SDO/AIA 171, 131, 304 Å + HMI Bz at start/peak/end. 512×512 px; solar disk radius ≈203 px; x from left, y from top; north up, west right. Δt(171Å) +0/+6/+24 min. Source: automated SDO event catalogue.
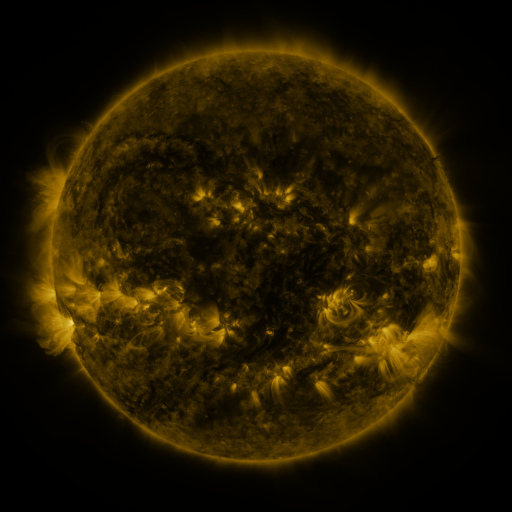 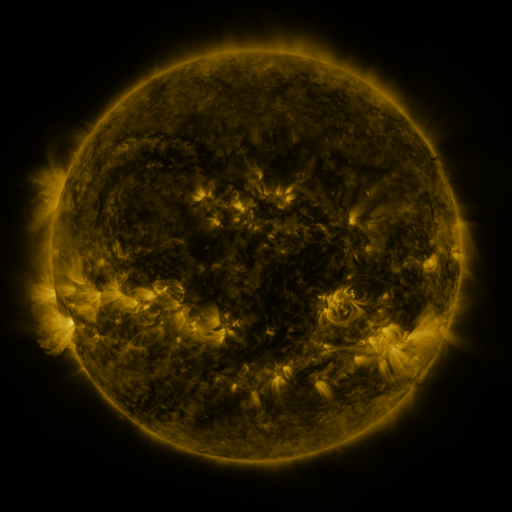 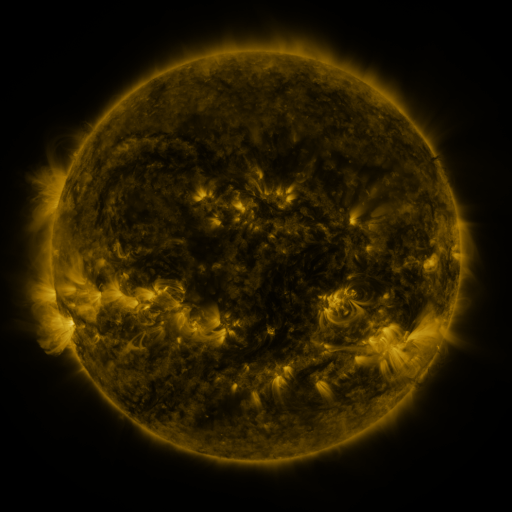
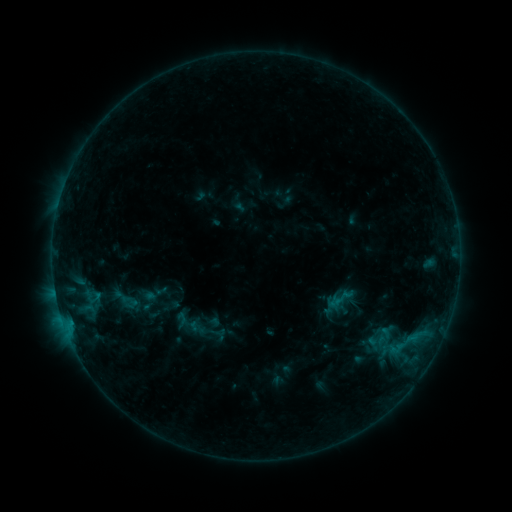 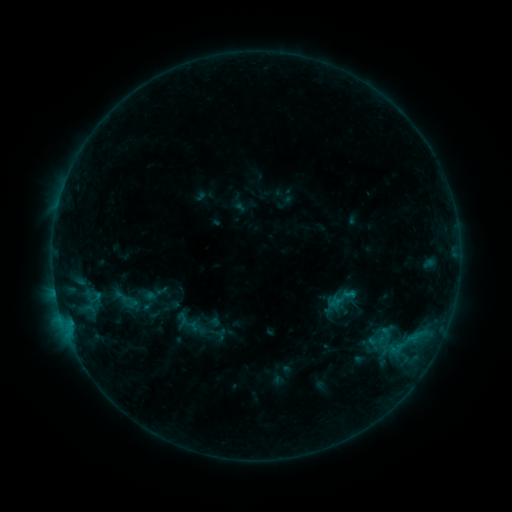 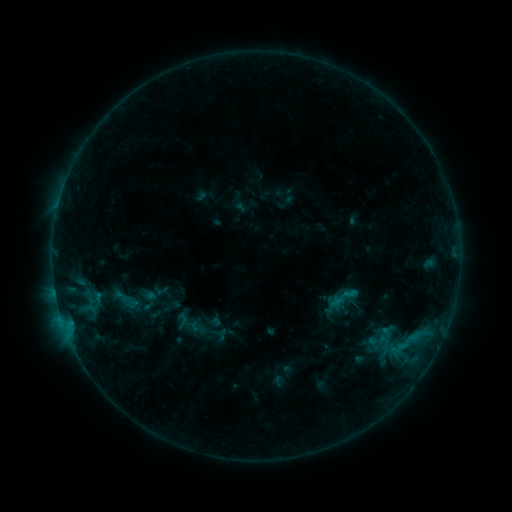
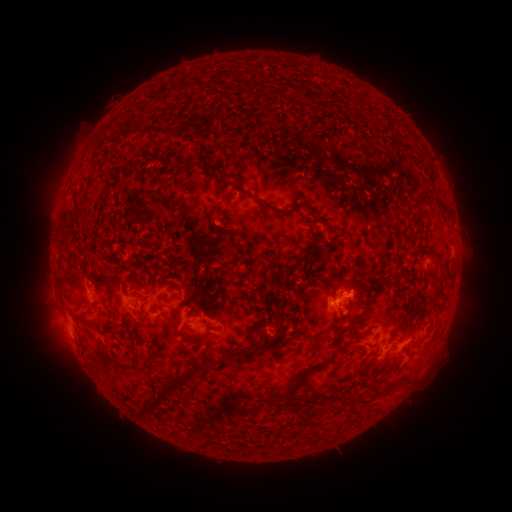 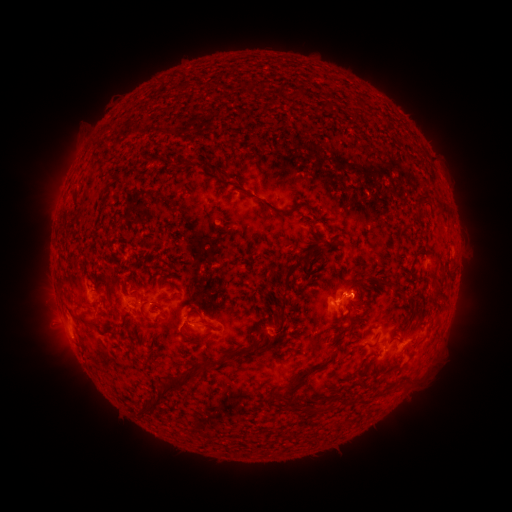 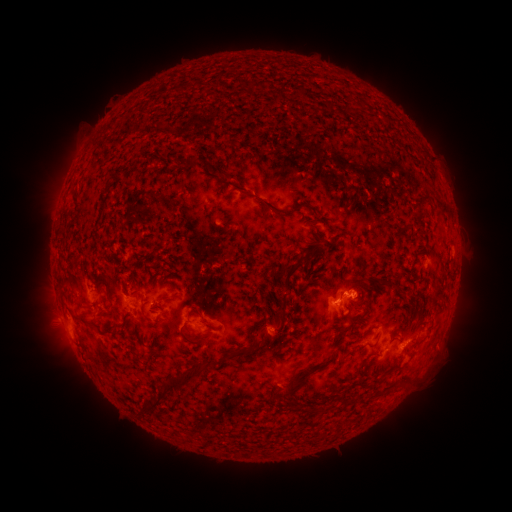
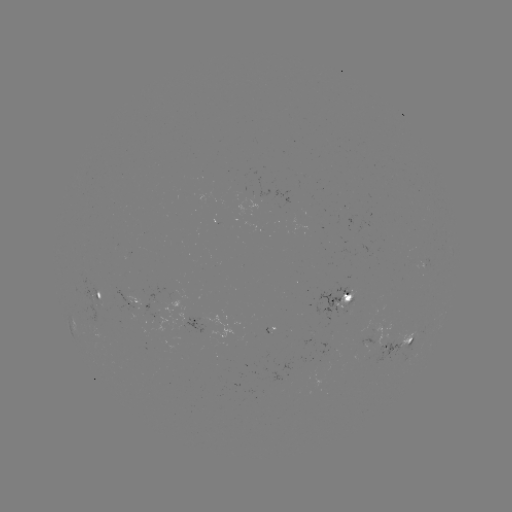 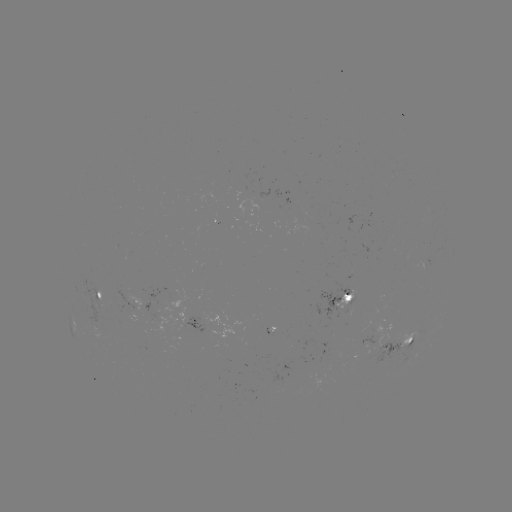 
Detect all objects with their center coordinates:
B8.7 flare: (351, 291)
